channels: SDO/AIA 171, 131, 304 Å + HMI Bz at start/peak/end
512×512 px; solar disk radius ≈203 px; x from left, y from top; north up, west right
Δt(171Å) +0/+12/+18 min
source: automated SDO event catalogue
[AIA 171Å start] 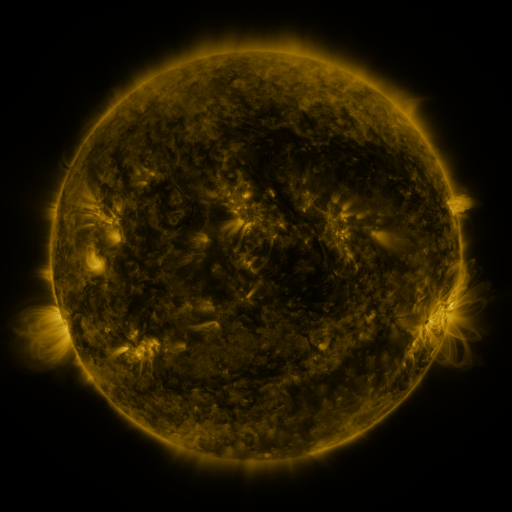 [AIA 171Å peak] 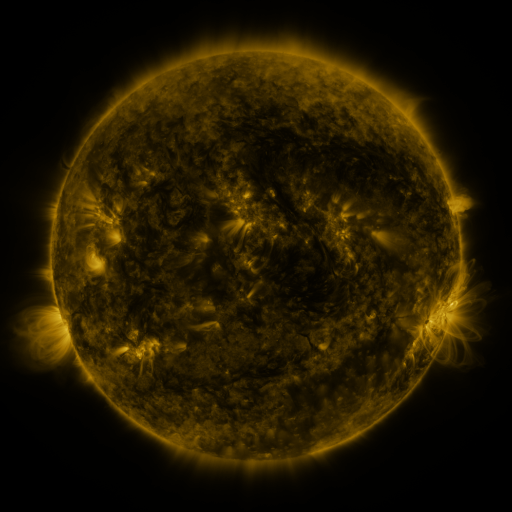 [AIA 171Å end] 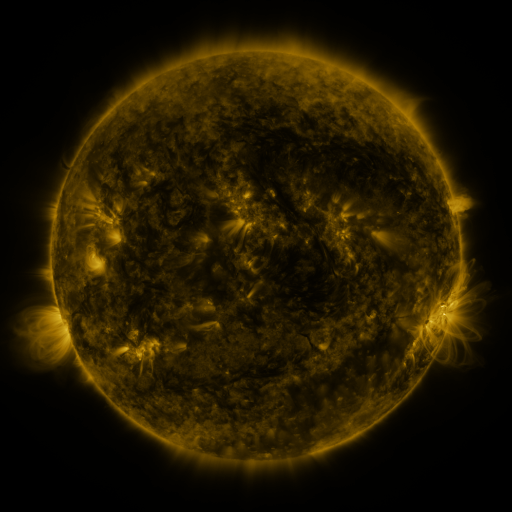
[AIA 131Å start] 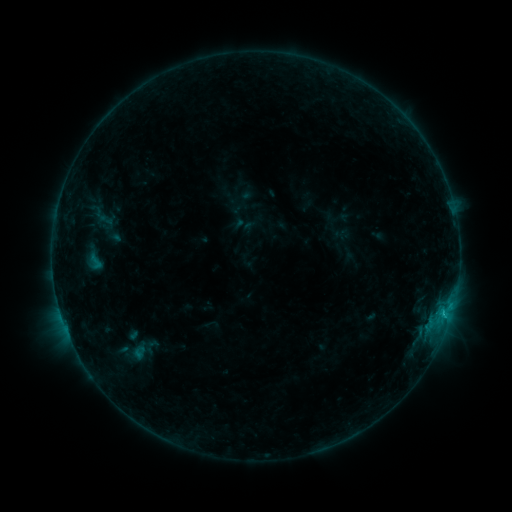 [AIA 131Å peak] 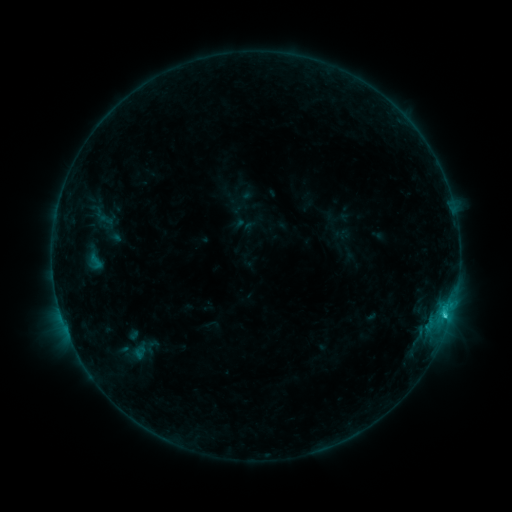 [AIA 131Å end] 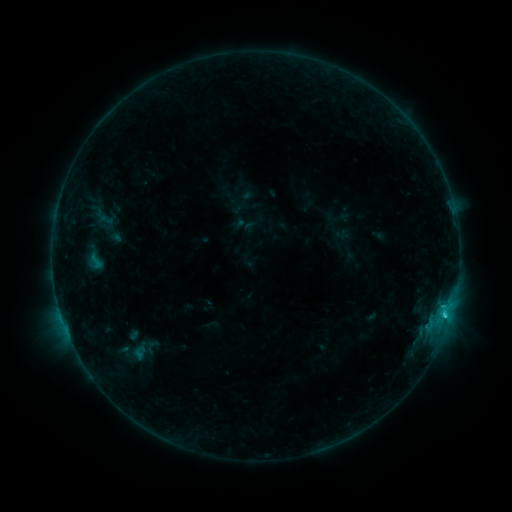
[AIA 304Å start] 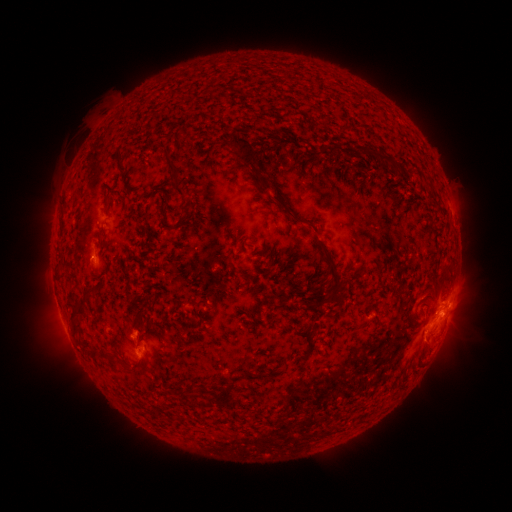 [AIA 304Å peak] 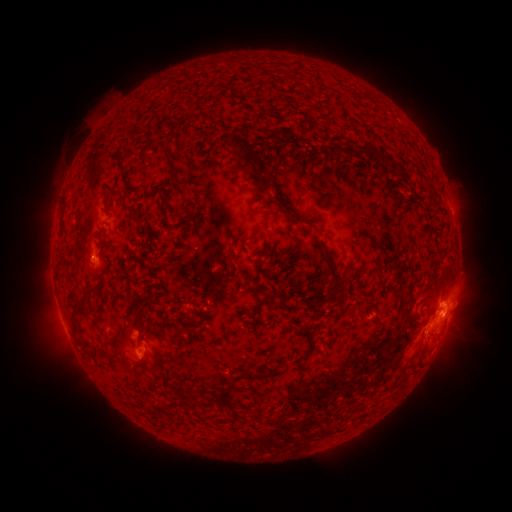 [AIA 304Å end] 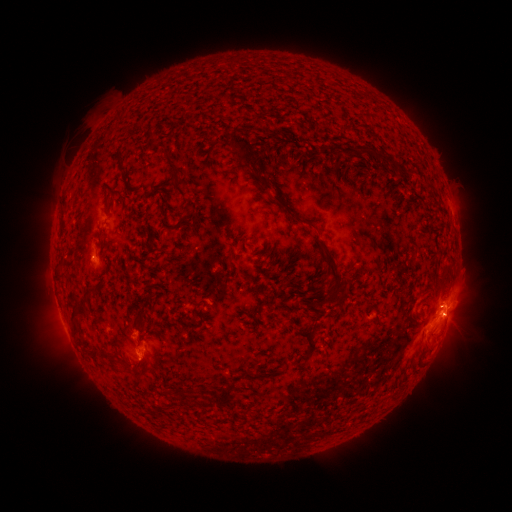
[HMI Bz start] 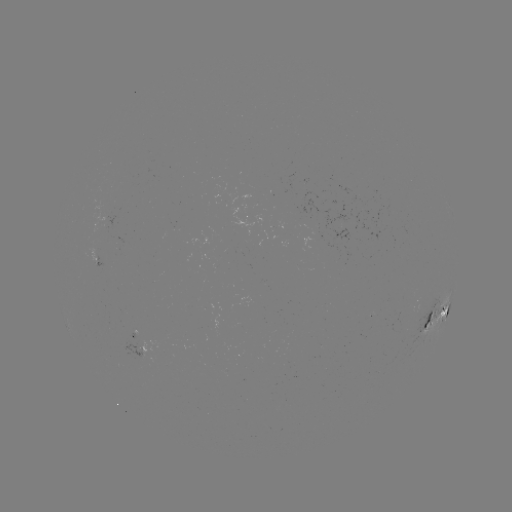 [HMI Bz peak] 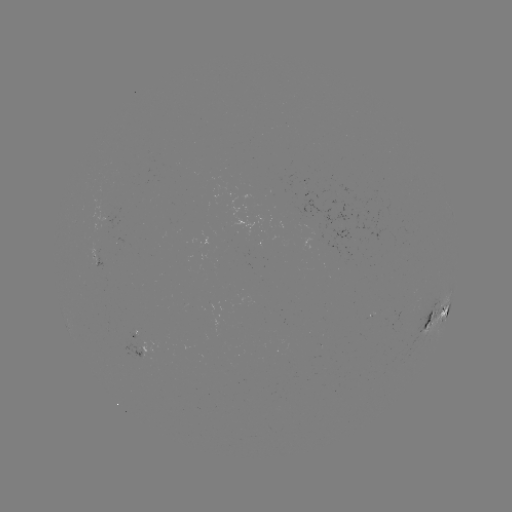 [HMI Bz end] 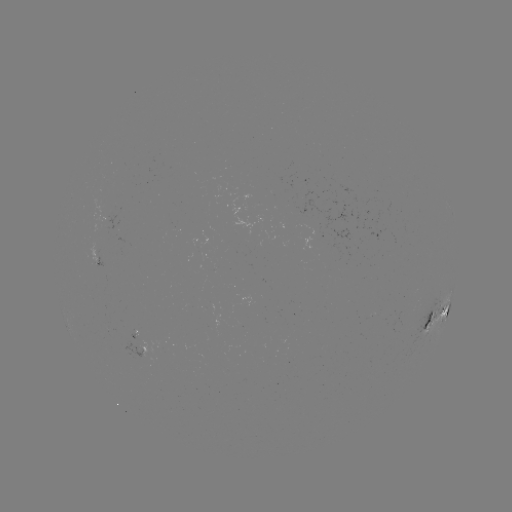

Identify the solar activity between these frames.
C1.7 flare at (444, 314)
